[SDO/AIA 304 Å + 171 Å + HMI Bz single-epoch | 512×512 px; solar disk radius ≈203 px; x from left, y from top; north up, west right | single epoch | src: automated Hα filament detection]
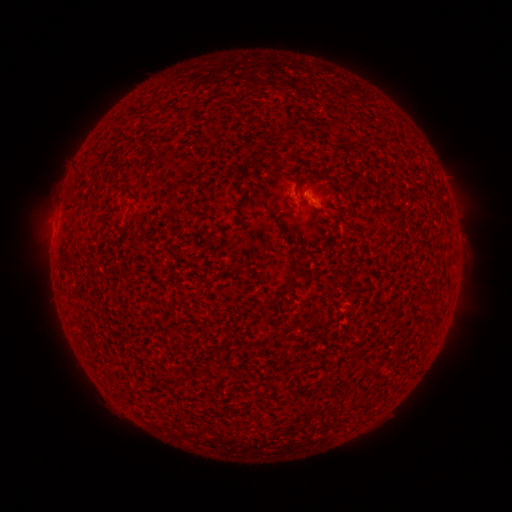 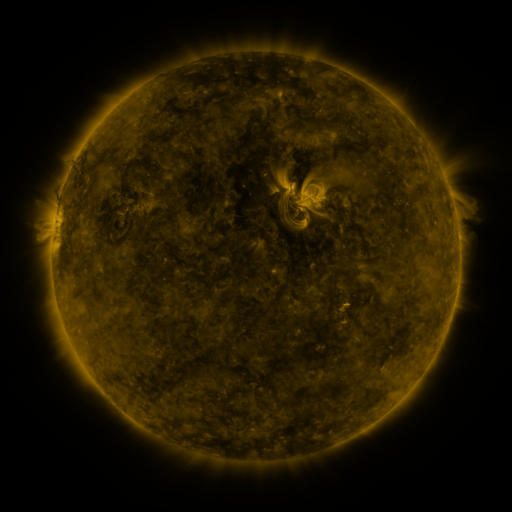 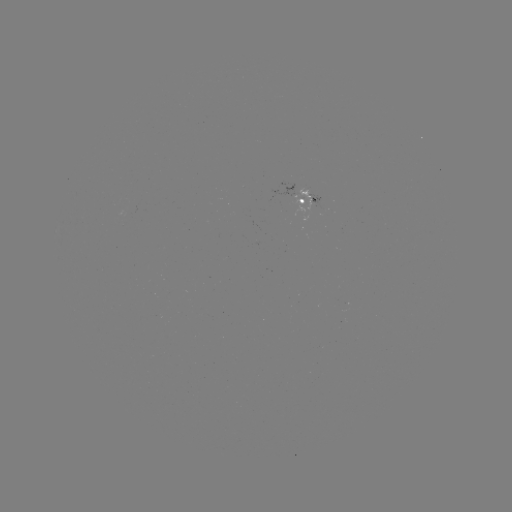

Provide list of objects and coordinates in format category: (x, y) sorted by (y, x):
filament: (171, 168)
